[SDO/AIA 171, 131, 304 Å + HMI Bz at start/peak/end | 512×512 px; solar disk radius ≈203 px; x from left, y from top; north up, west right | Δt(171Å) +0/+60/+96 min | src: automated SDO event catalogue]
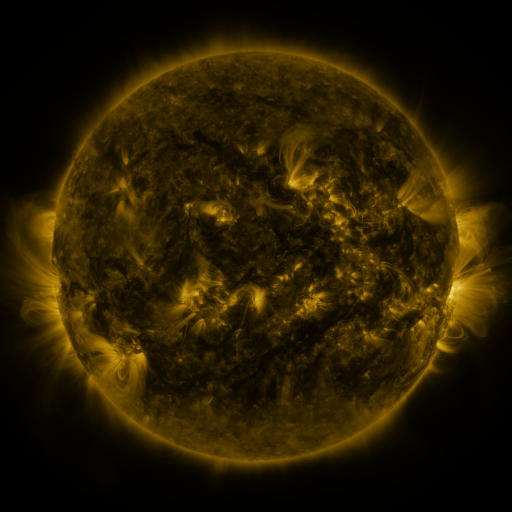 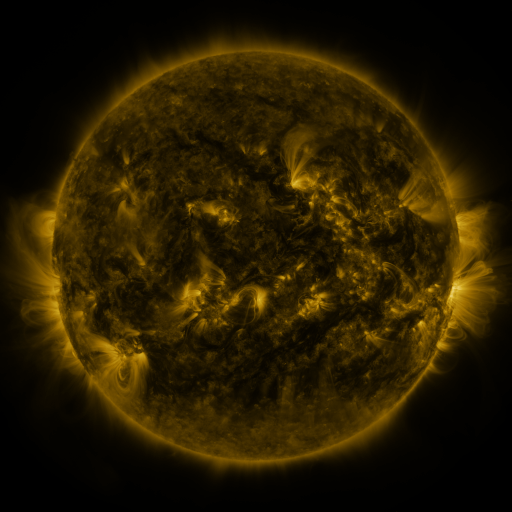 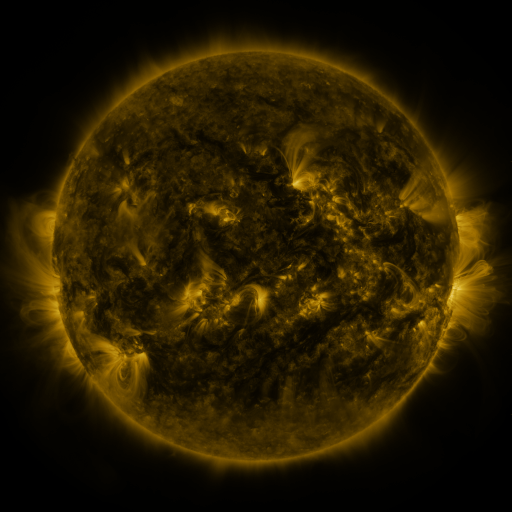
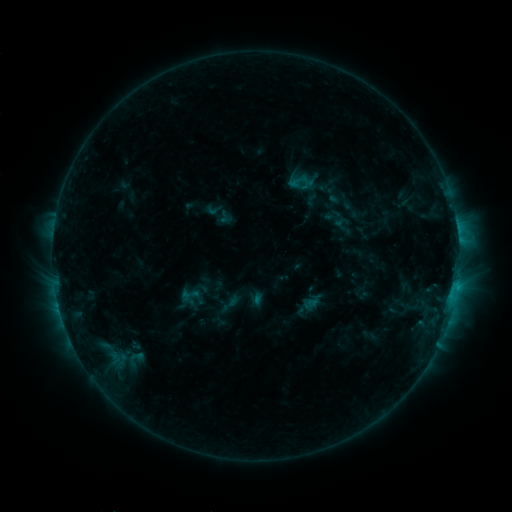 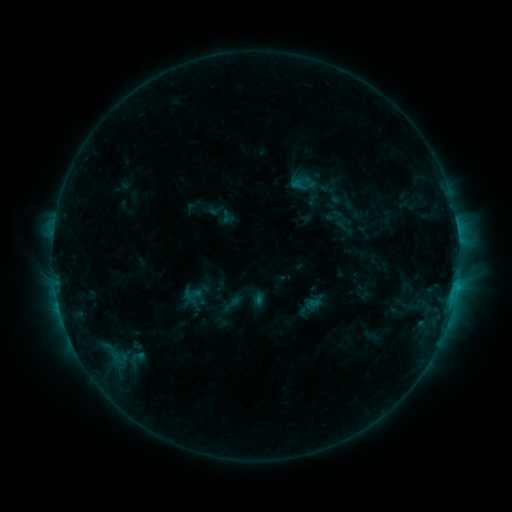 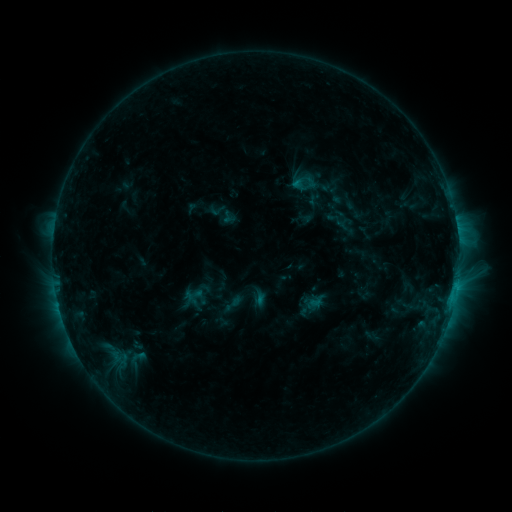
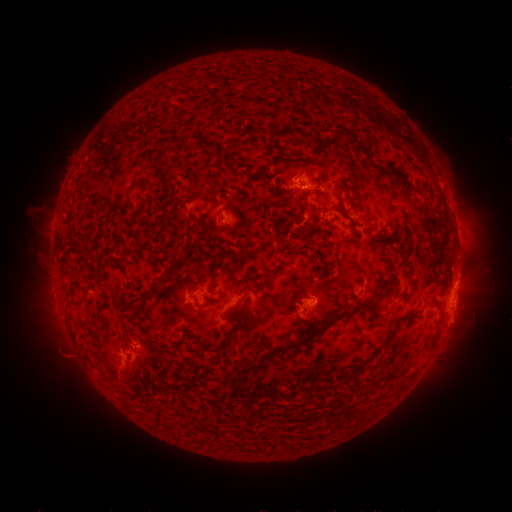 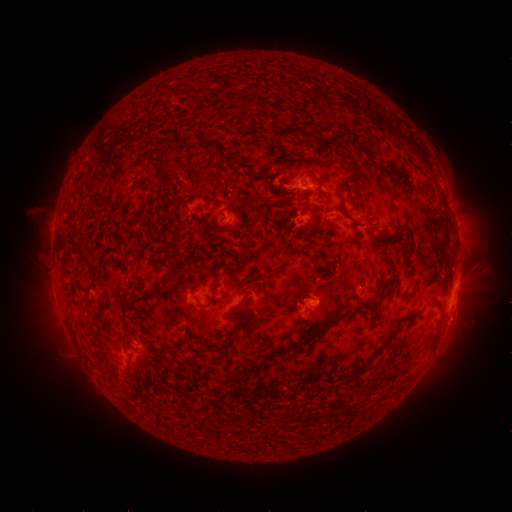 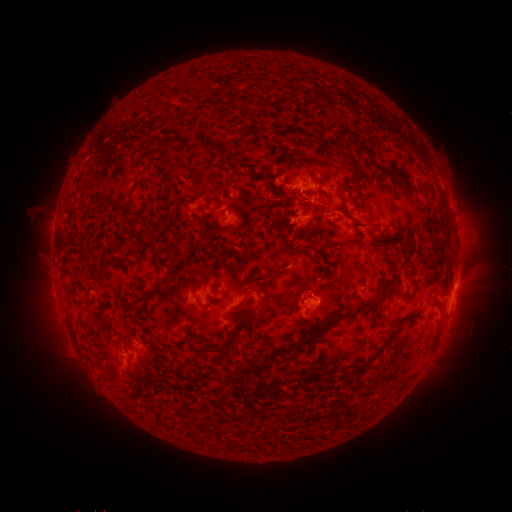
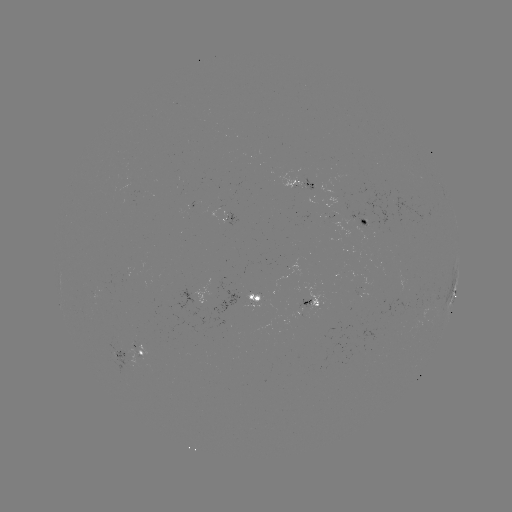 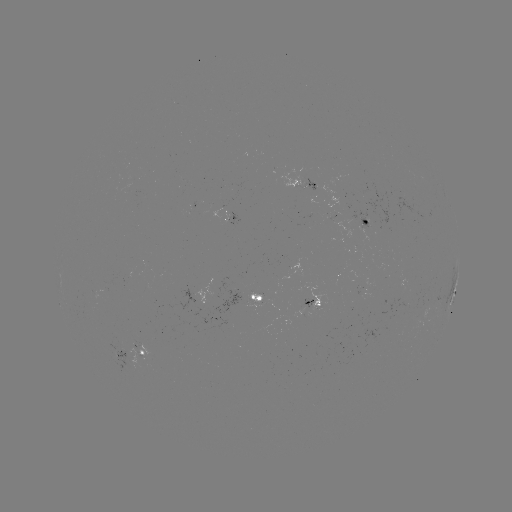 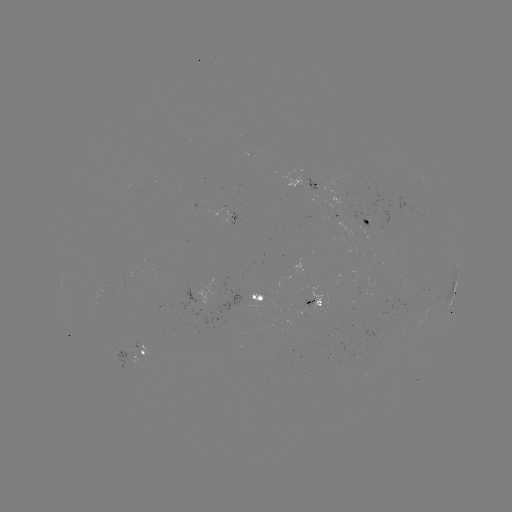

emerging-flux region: (115, 184, 138, 194)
